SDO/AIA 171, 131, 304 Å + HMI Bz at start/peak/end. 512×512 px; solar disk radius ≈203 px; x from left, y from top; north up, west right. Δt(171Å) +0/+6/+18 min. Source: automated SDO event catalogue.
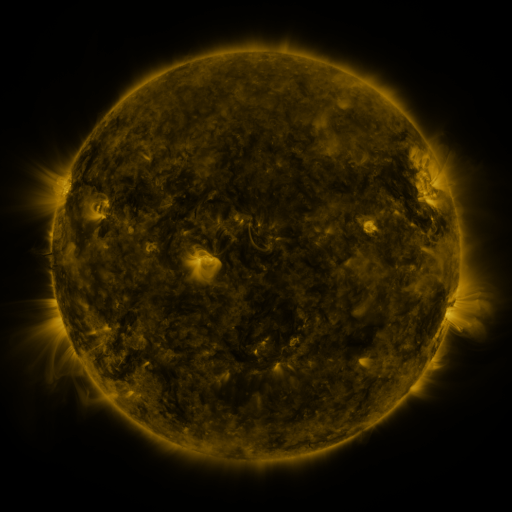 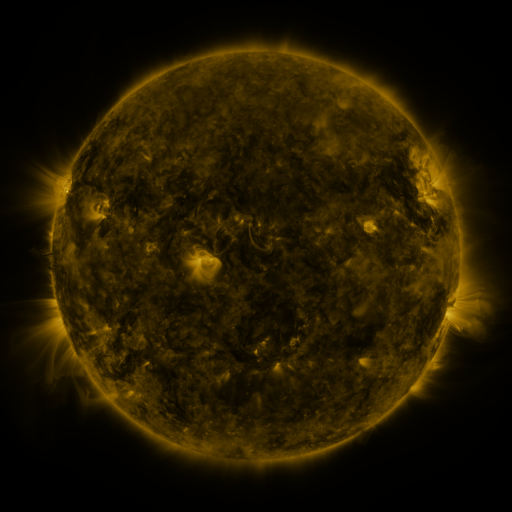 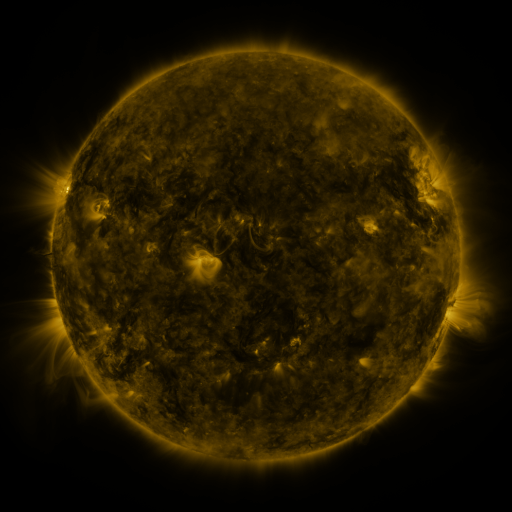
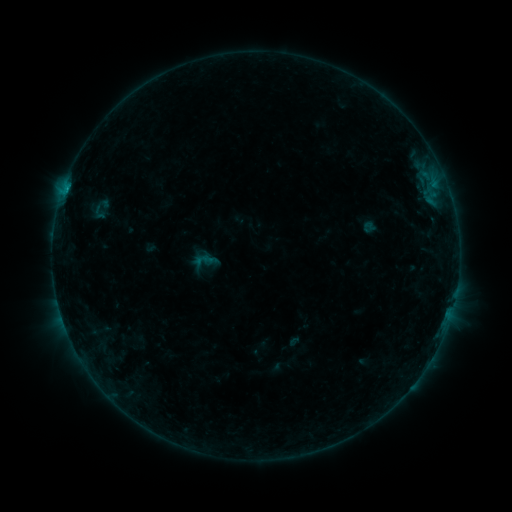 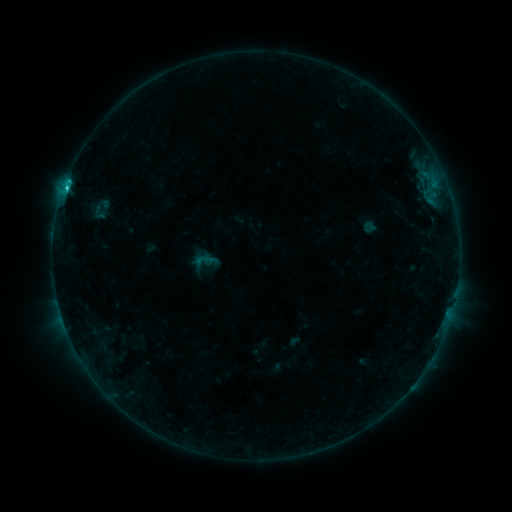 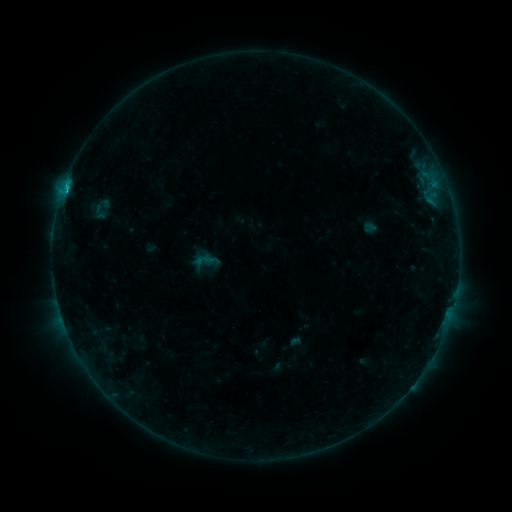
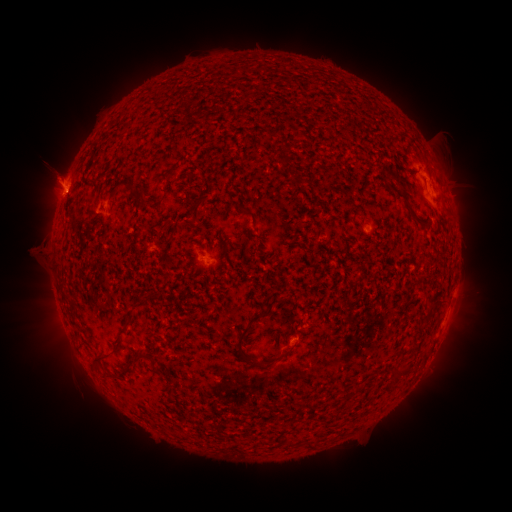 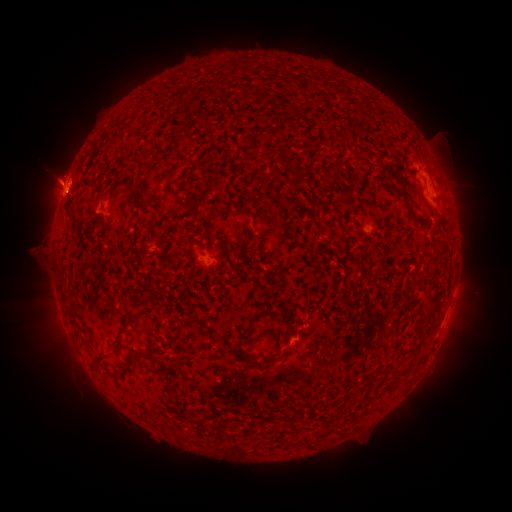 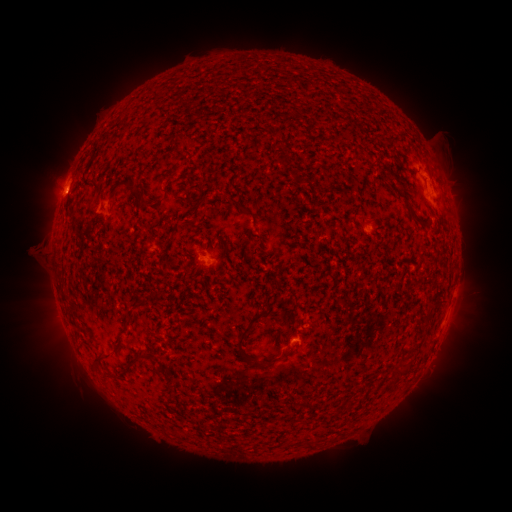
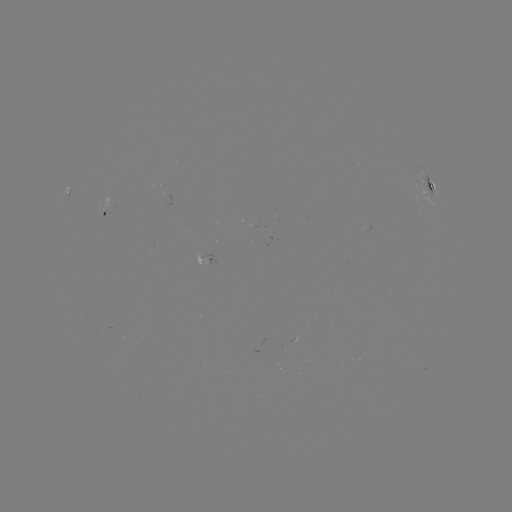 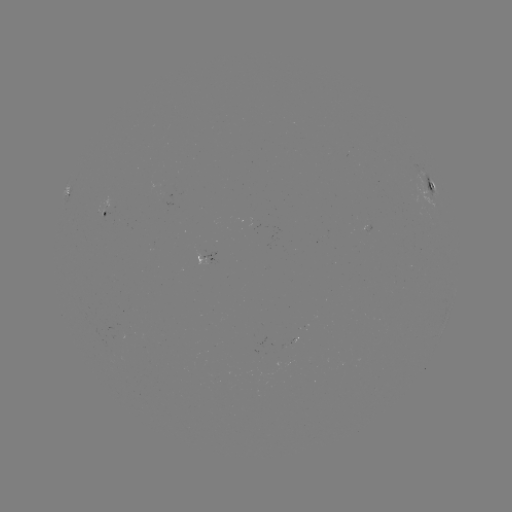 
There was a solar flare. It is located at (71, 185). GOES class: C1.3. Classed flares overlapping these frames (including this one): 1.